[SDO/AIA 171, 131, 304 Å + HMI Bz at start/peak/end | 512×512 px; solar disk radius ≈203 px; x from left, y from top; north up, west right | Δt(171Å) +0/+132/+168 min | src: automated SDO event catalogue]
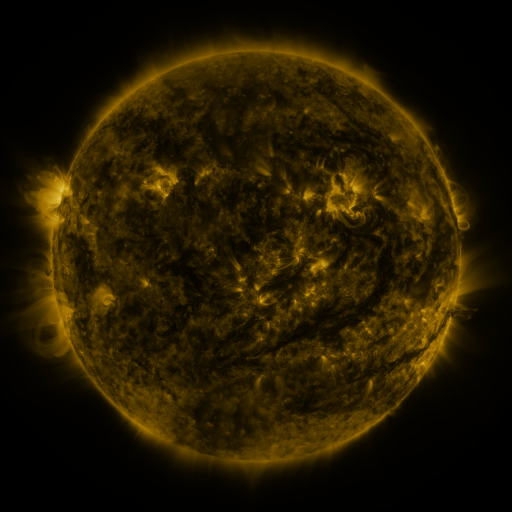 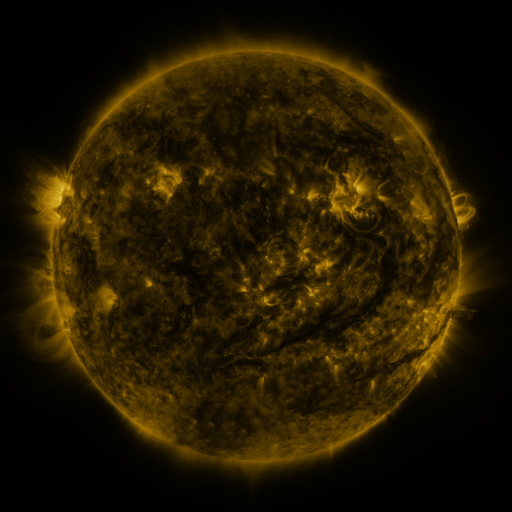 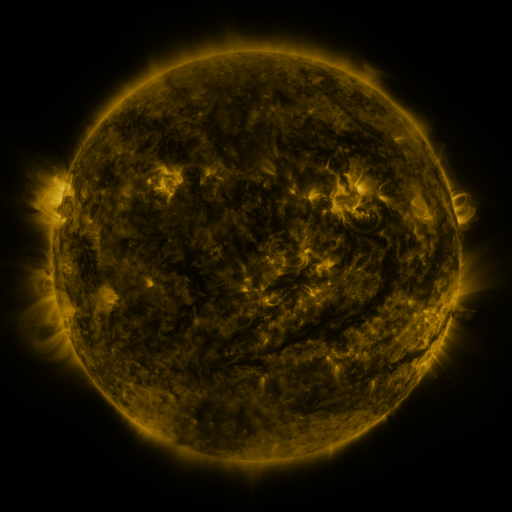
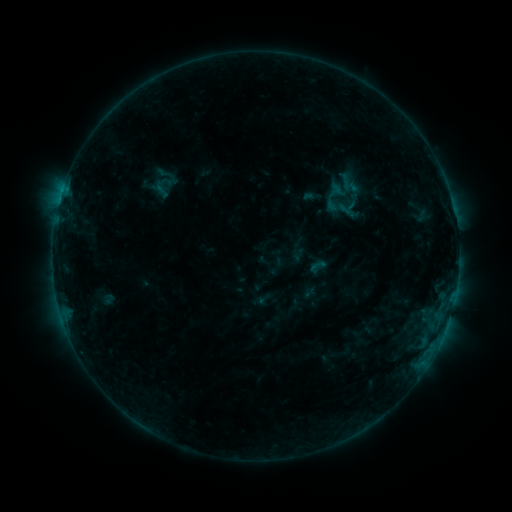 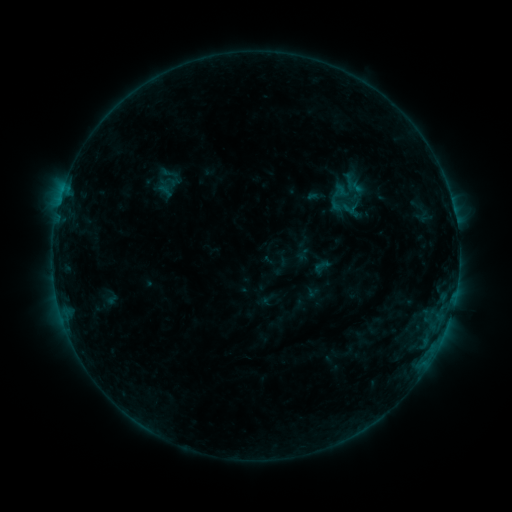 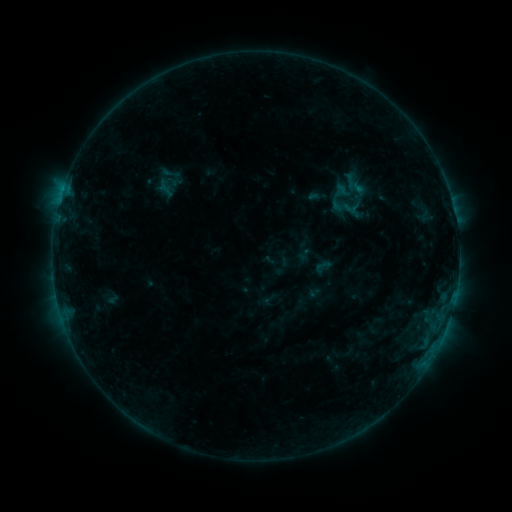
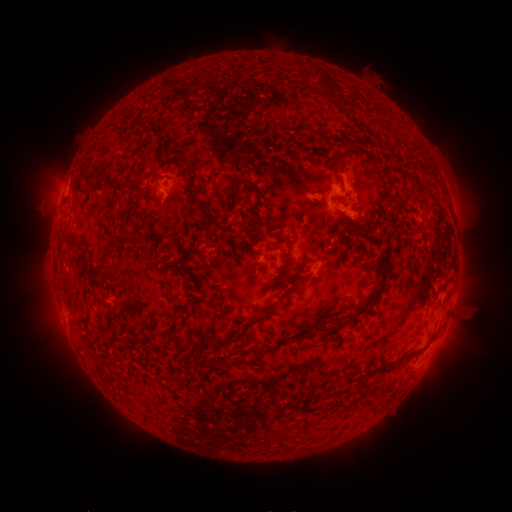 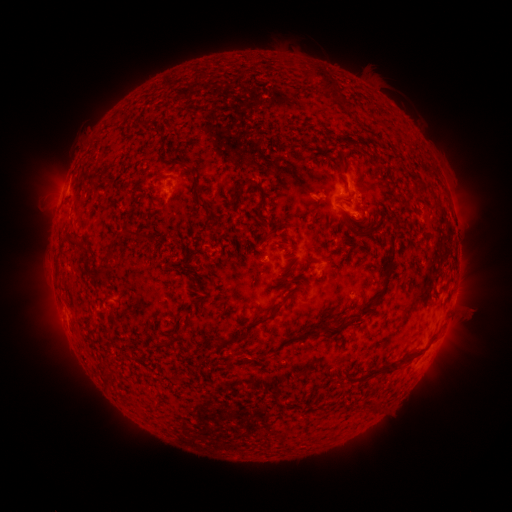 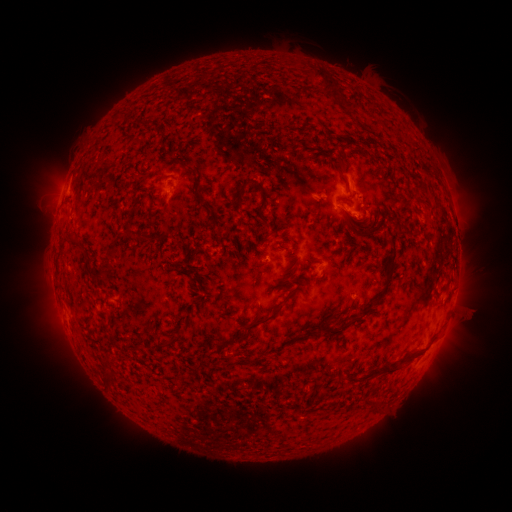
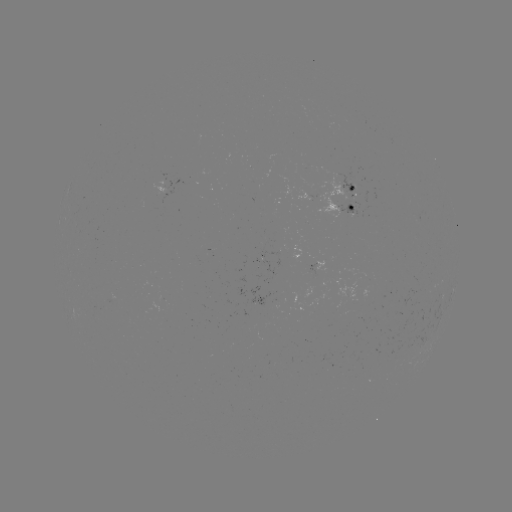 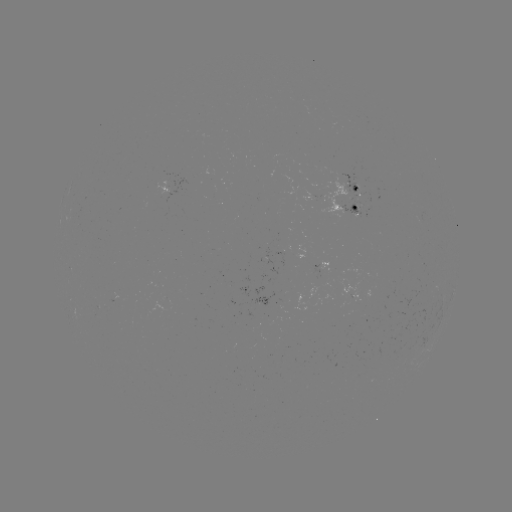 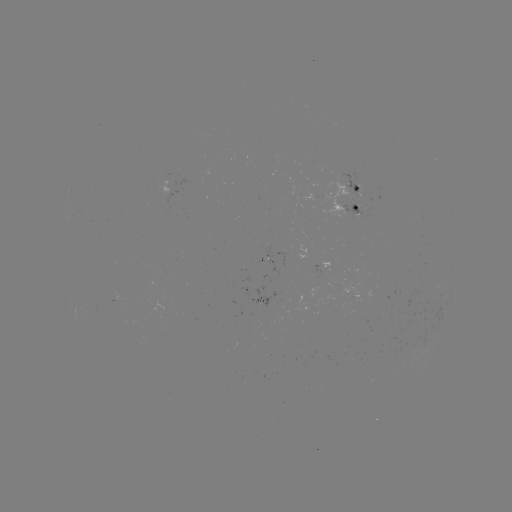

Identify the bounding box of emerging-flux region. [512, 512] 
[338, 174, 360, 201].